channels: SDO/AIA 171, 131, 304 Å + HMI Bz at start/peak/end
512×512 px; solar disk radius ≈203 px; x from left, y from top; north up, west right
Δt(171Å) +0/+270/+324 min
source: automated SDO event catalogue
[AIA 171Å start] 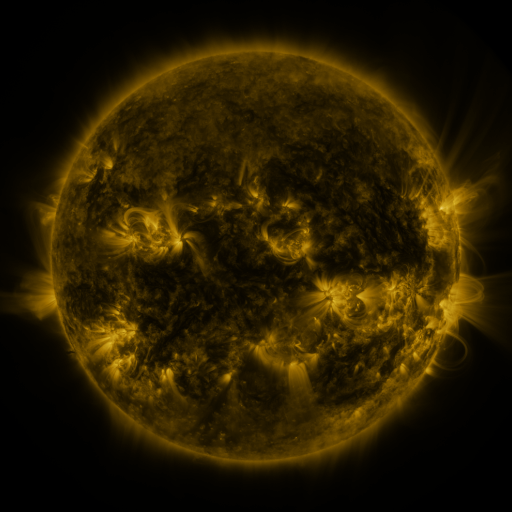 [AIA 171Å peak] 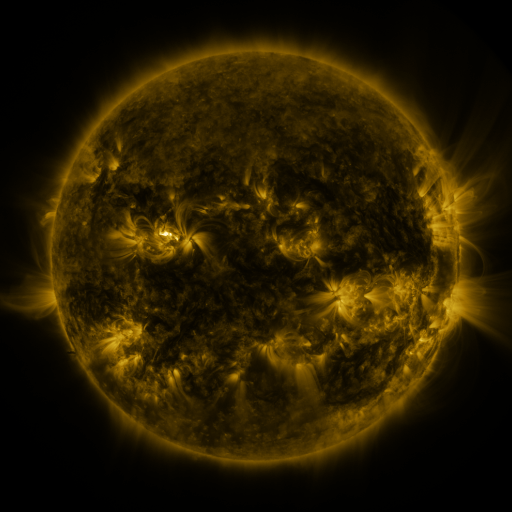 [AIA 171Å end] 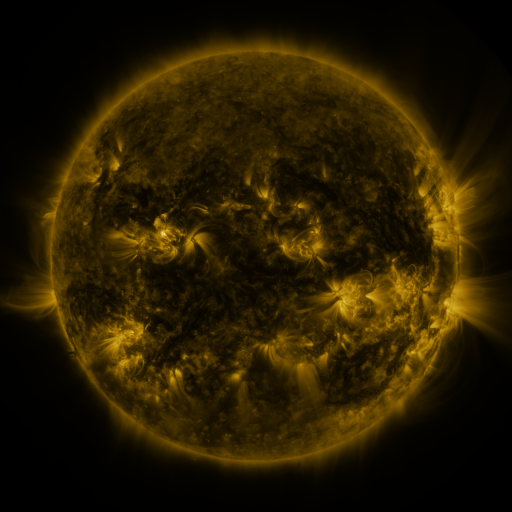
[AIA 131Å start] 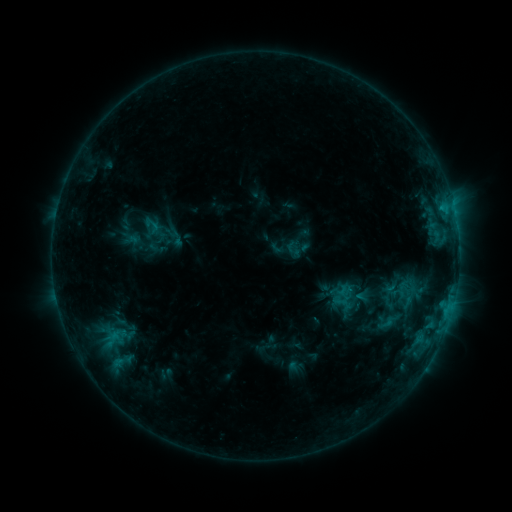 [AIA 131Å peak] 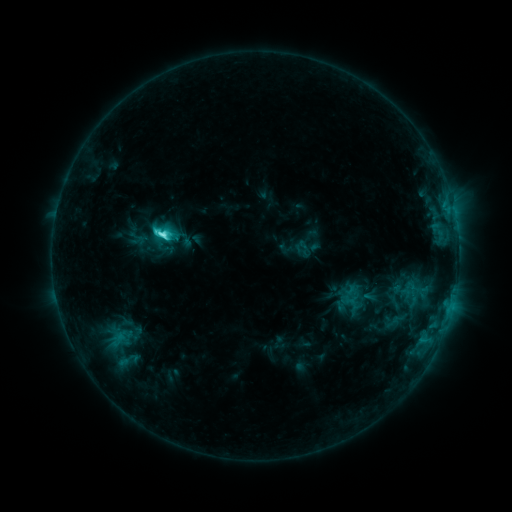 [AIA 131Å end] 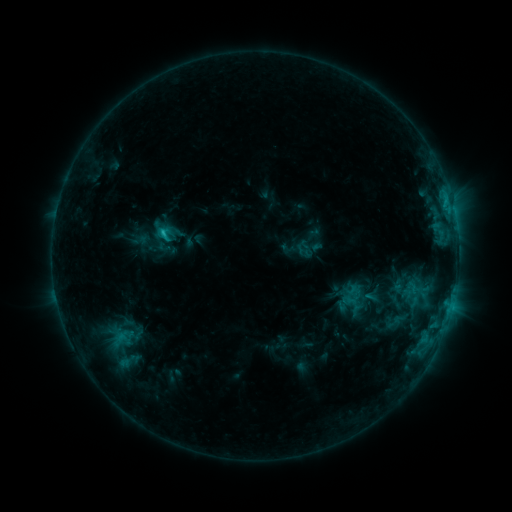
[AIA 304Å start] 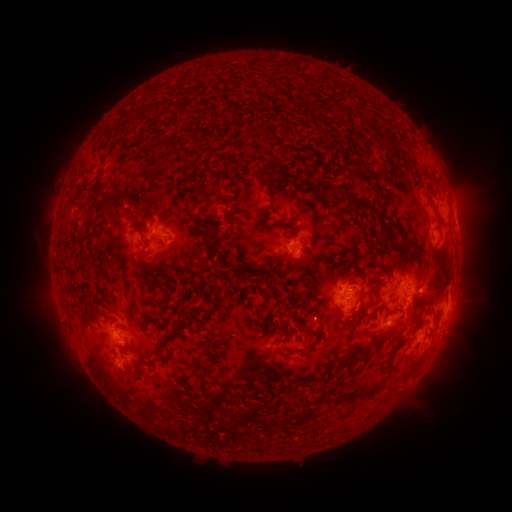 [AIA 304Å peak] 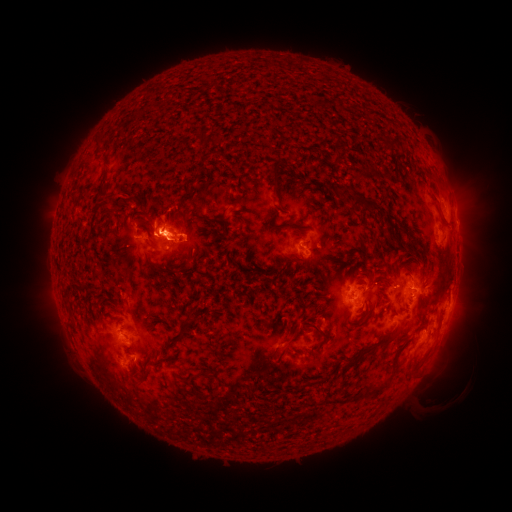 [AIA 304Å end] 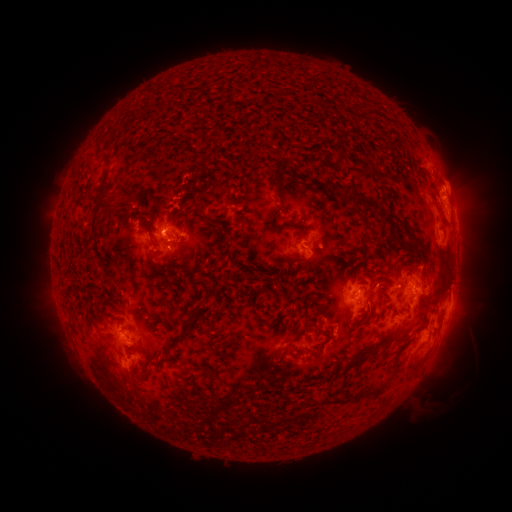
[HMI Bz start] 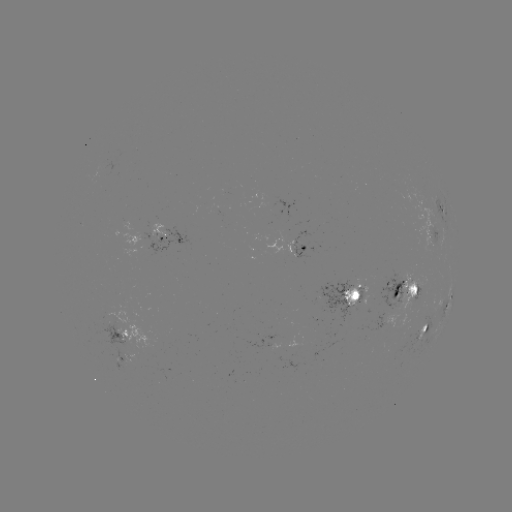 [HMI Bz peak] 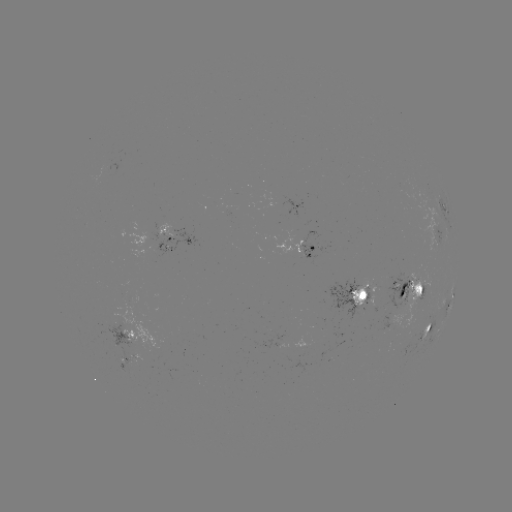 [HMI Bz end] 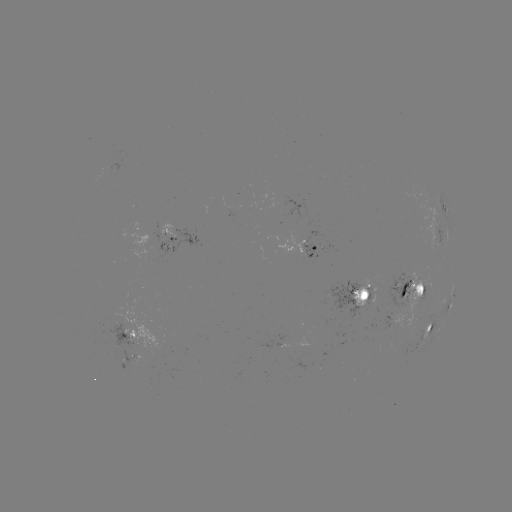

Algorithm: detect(emerging-flux region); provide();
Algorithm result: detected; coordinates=(403, 302)